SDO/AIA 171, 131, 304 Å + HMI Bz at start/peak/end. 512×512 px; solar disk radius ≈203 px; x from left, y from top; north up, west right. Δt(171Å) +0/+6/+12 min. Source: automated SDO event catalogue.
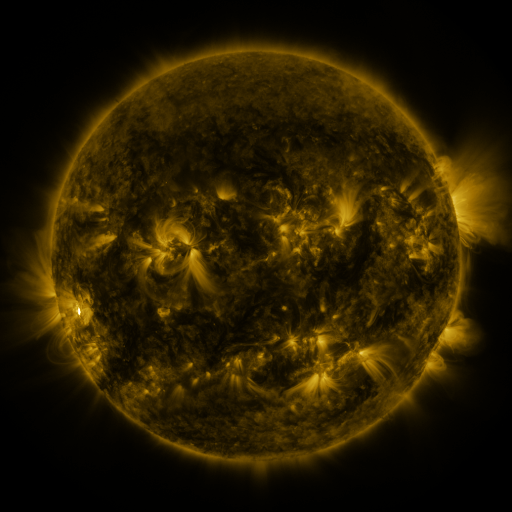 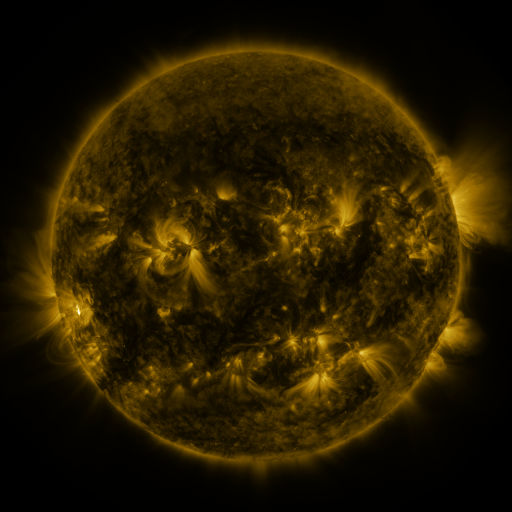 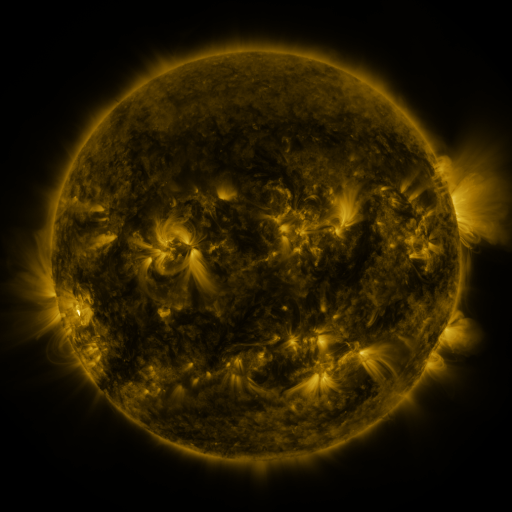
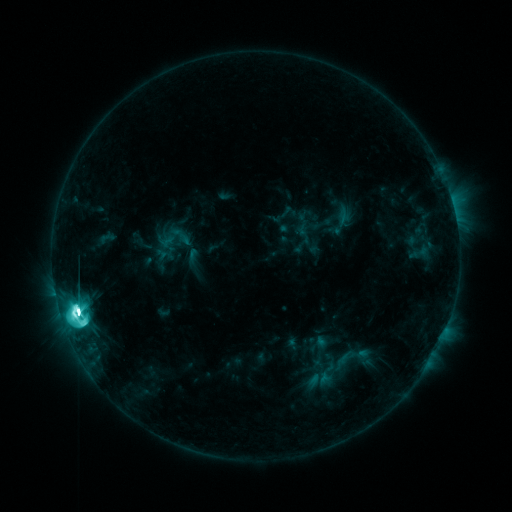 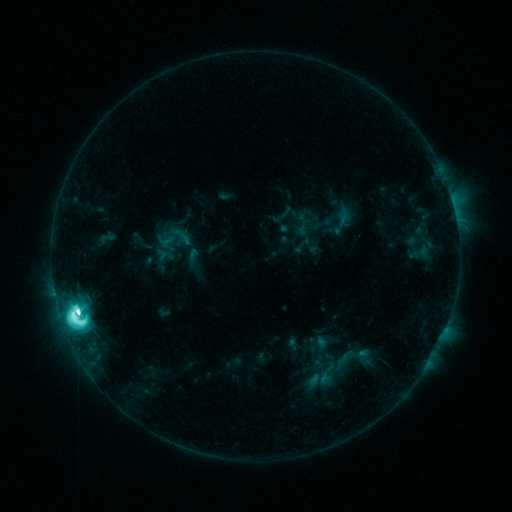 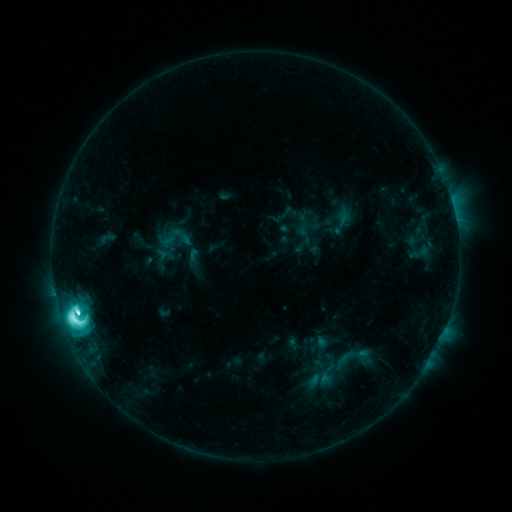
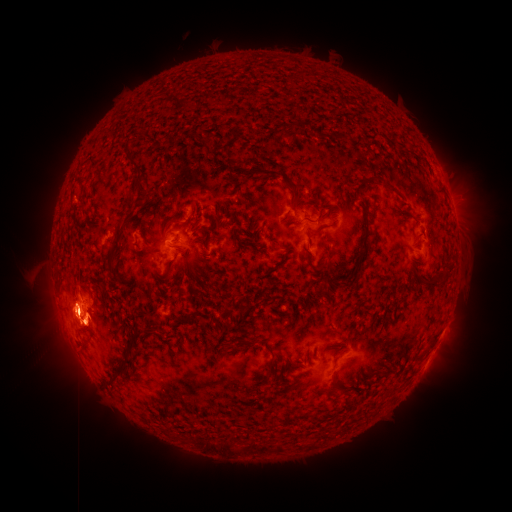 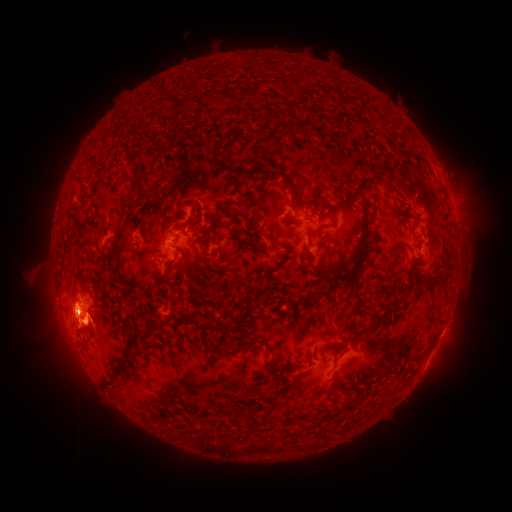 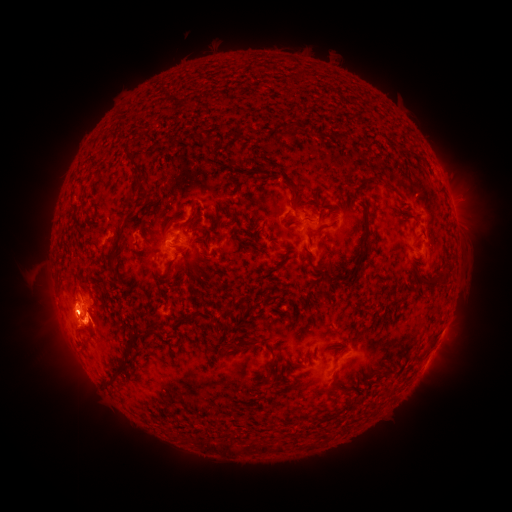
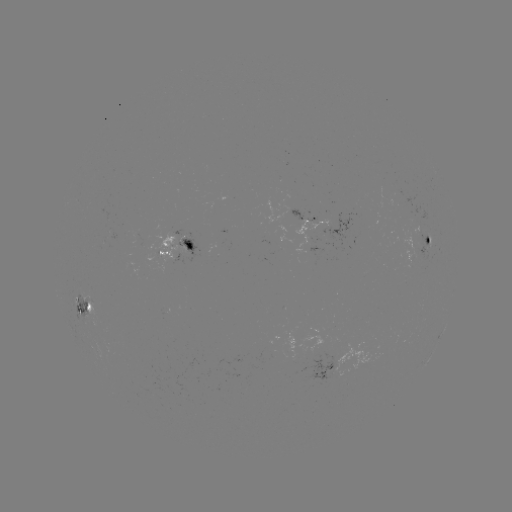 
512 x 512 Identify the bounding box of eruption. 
[425, 134, 490, 215].